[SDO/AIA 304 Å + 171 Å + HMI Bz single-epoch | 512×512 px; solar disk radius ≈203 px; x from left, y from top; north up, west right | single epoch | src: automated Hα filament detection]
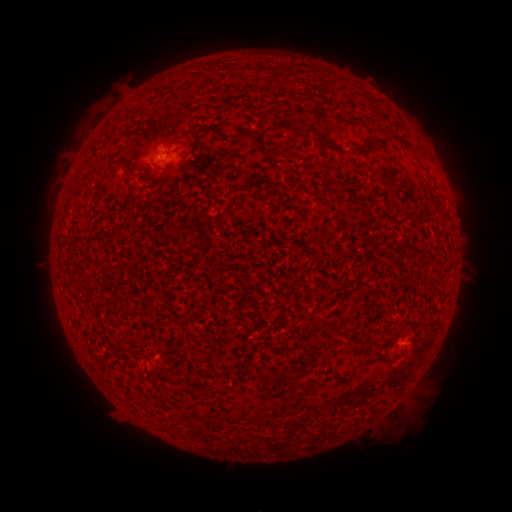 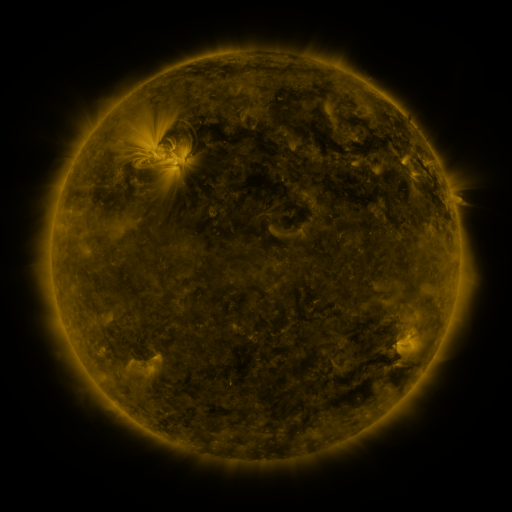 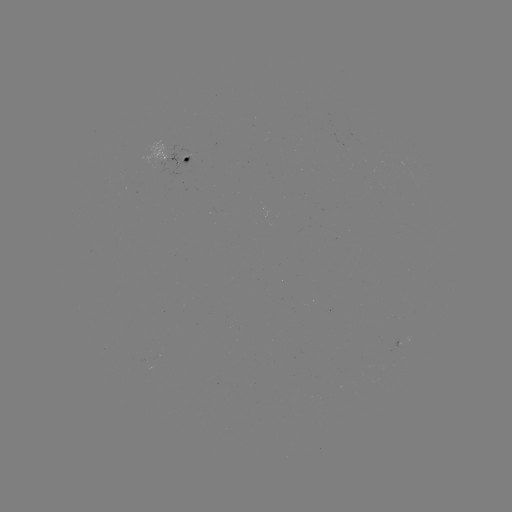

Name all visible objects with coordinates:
filament: (233, 131, 249, 141)
filament: (315, 132, 341, 154)
filament: (392, 135, 414, 152)
filament: (214, 190, 239, 227)
filament: (178, 197, 188, 205)
filament: (326, 320, 339, 335)
filament: (170, 417, 180, 426)
